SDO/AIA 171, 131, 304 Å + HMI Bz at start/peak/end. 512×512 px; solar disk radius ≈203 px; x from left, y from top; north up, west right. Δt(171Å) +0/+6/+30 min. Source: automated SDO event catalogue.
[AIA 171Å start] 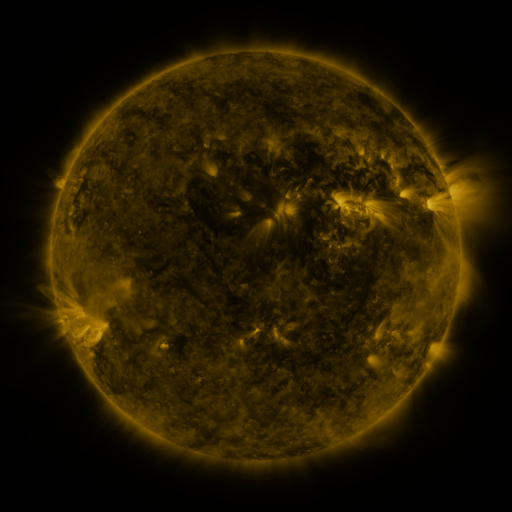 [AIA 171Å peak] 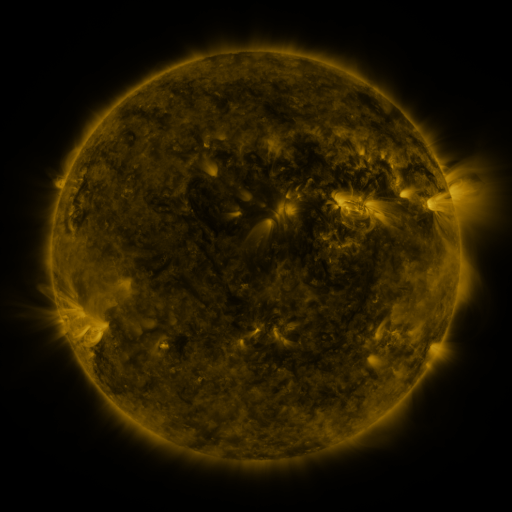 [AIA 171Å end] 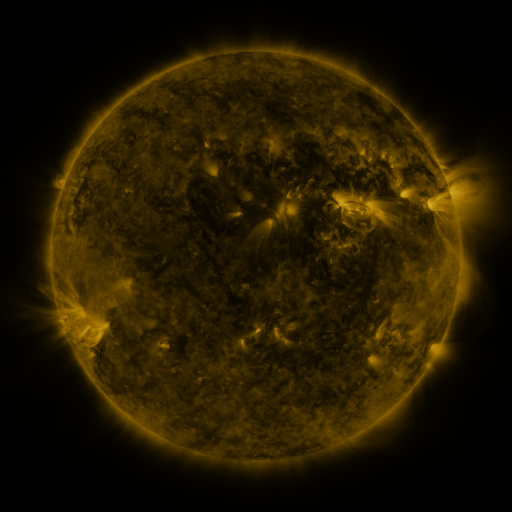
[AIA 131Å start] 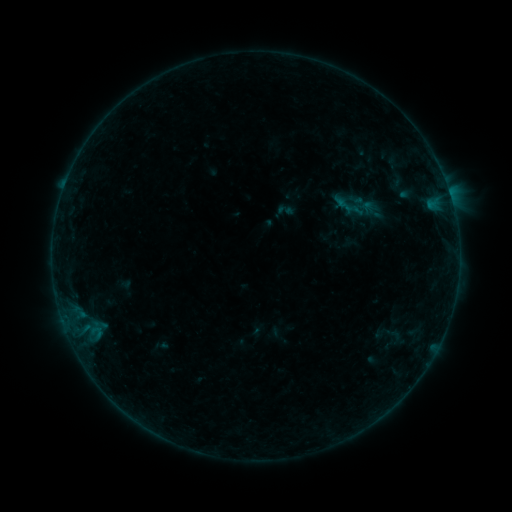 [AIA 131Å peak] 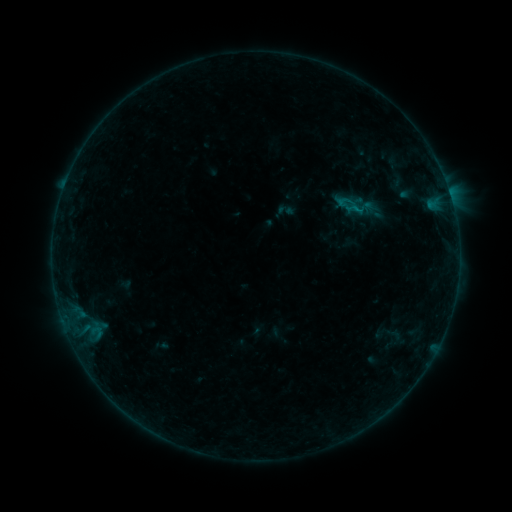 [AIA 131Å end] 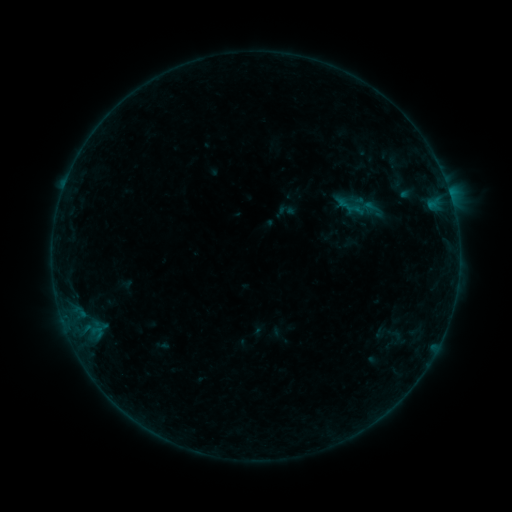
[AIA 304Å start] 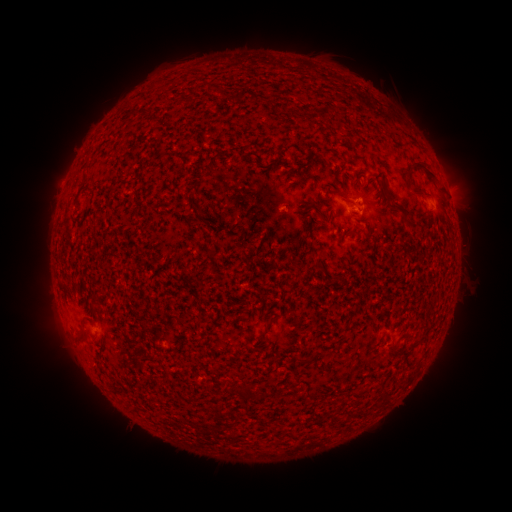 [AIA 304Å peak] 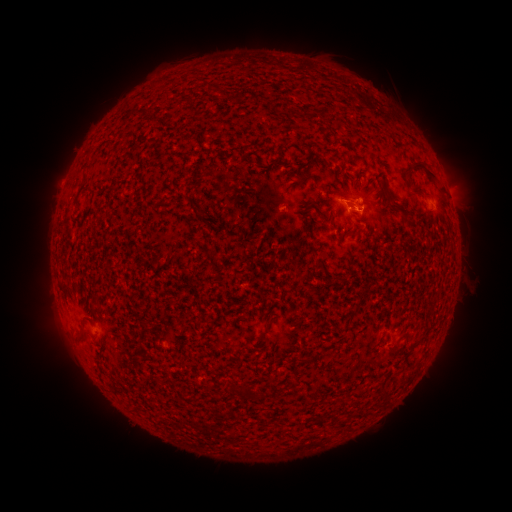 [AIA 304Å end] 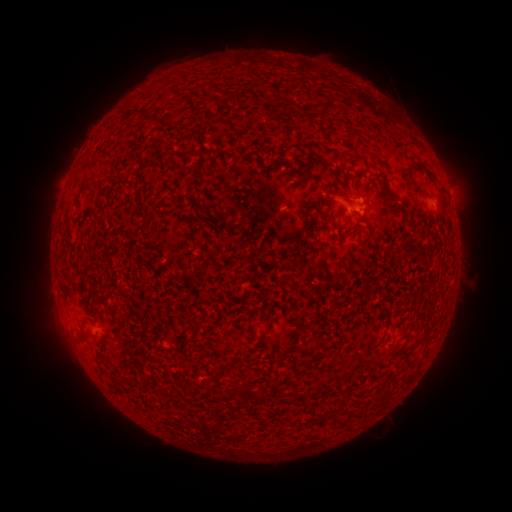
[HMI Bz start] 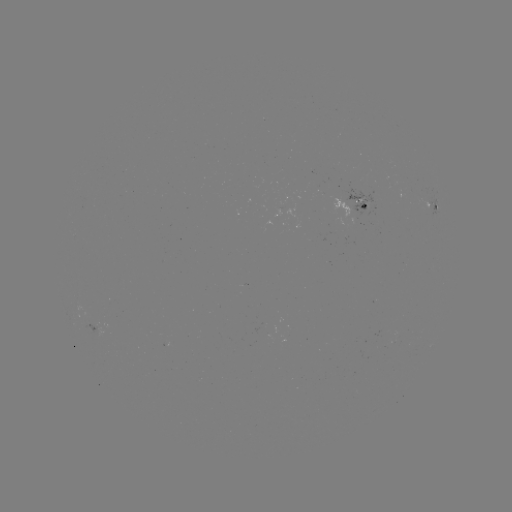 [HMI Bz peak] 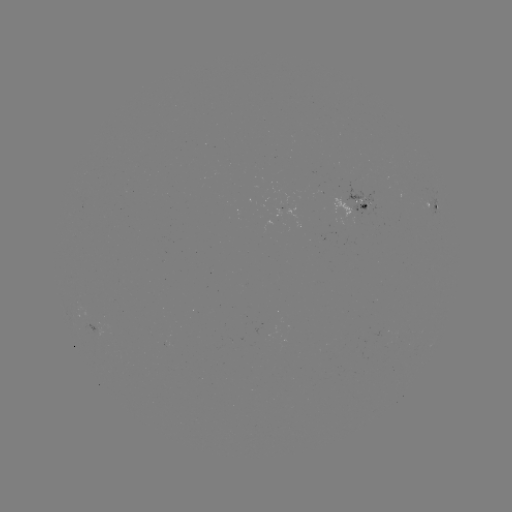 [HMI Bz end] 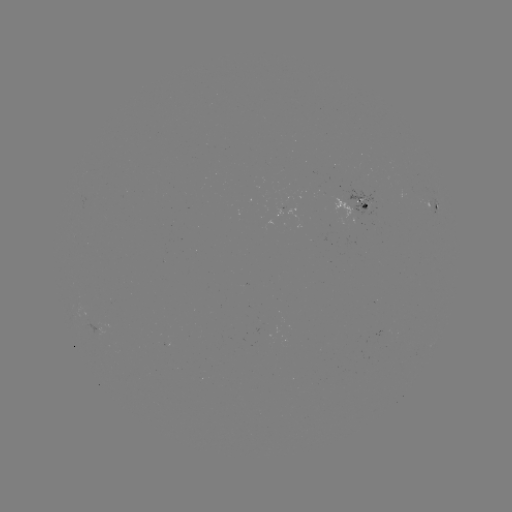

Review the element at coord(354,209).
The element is B2.6 flare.